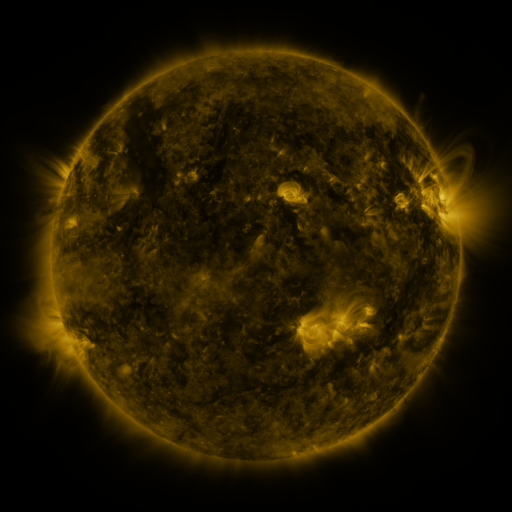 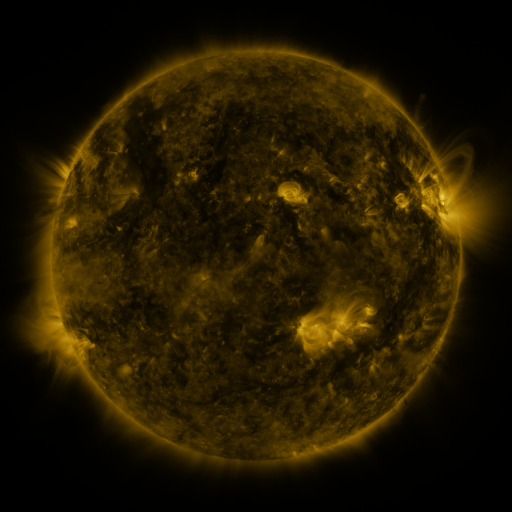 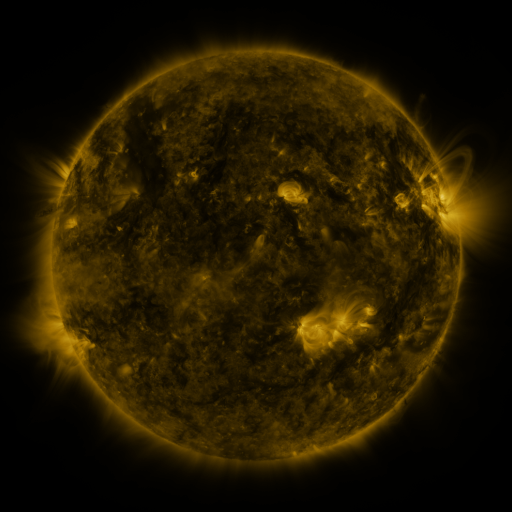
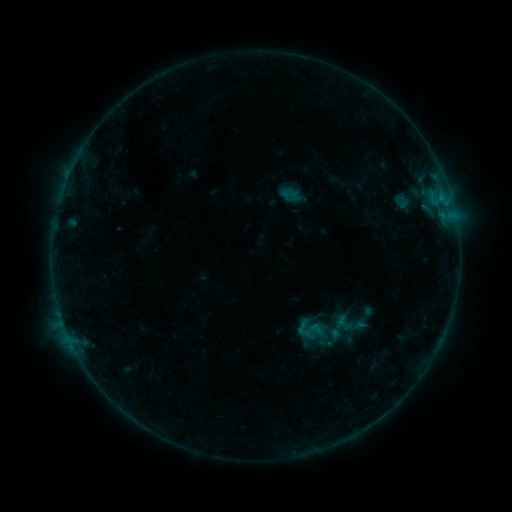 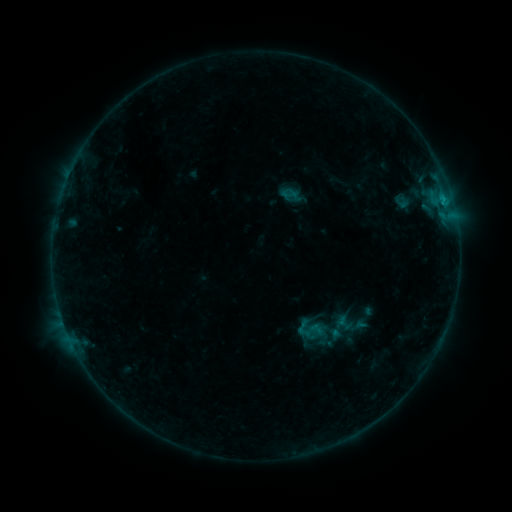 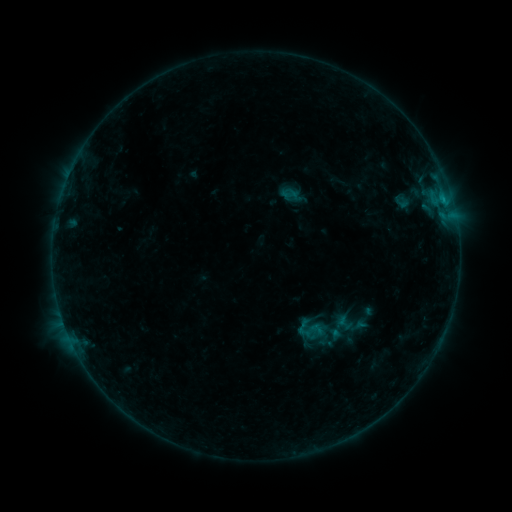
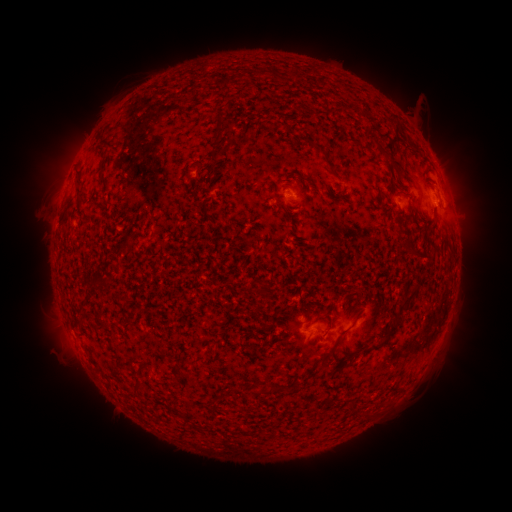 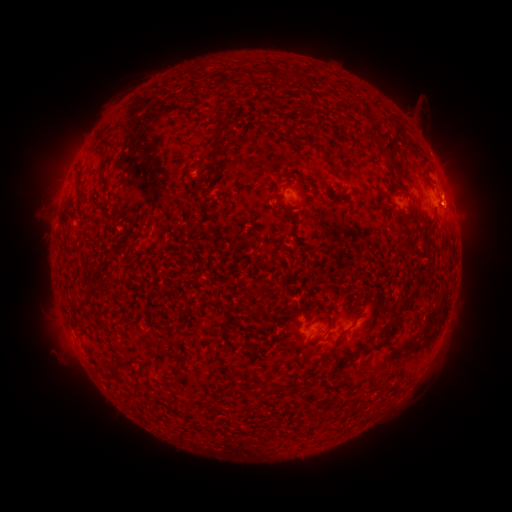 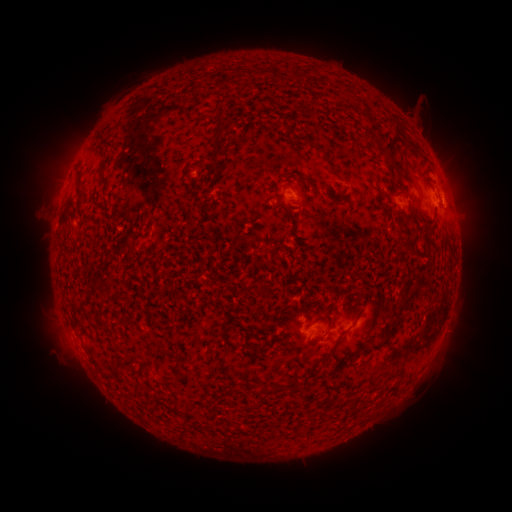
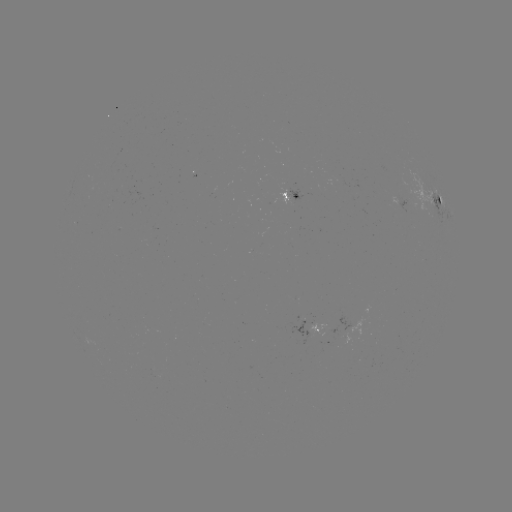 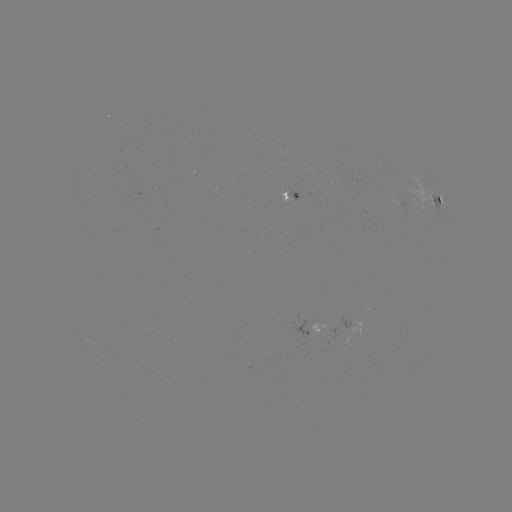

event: flare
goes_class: B4.3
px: (434, 202)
